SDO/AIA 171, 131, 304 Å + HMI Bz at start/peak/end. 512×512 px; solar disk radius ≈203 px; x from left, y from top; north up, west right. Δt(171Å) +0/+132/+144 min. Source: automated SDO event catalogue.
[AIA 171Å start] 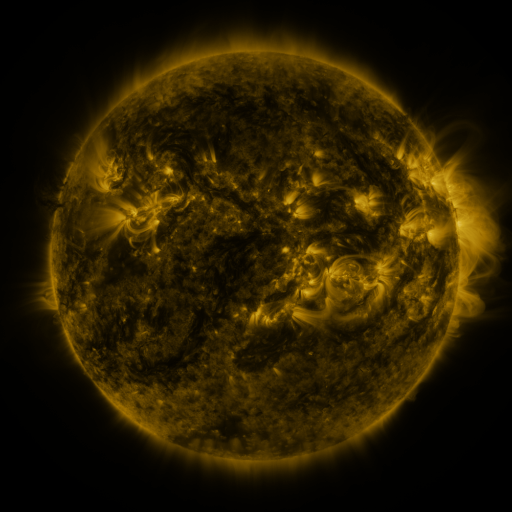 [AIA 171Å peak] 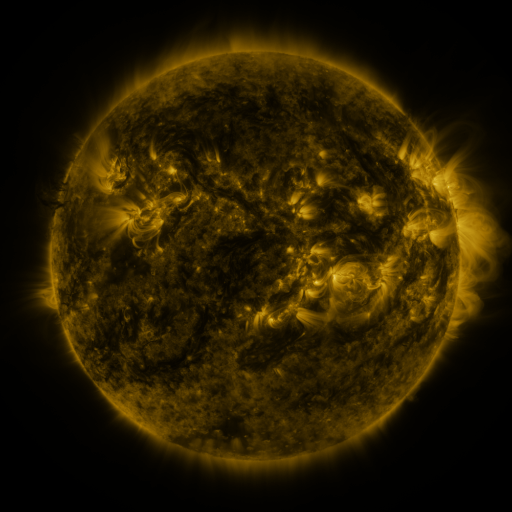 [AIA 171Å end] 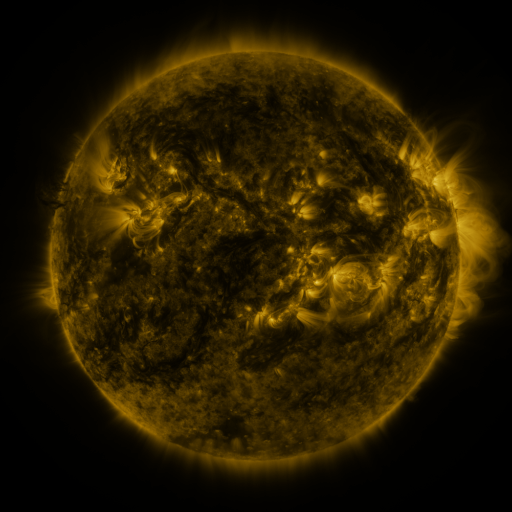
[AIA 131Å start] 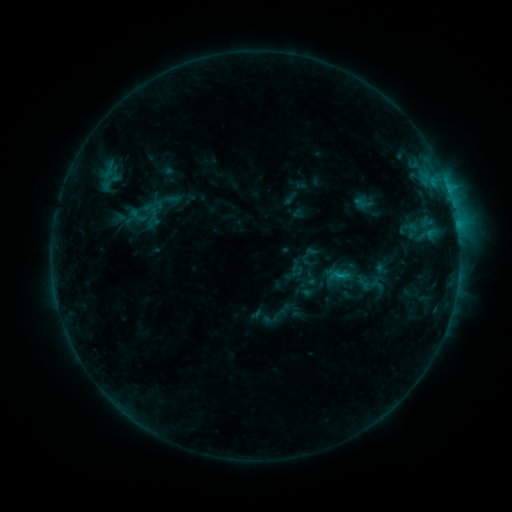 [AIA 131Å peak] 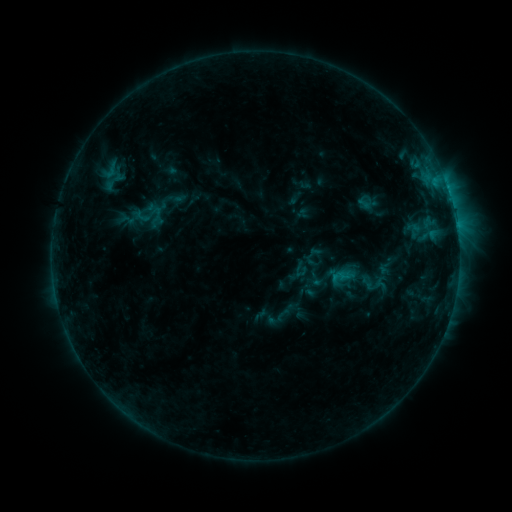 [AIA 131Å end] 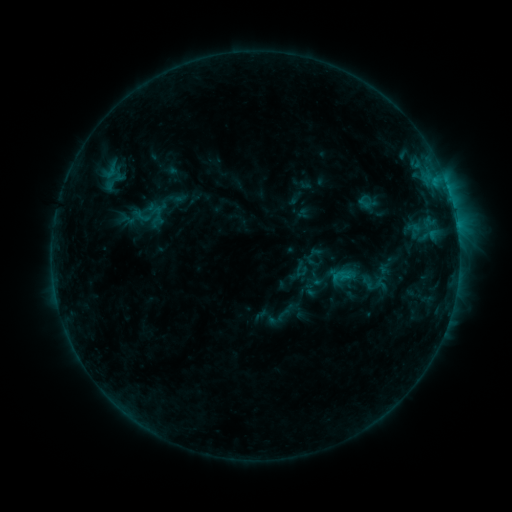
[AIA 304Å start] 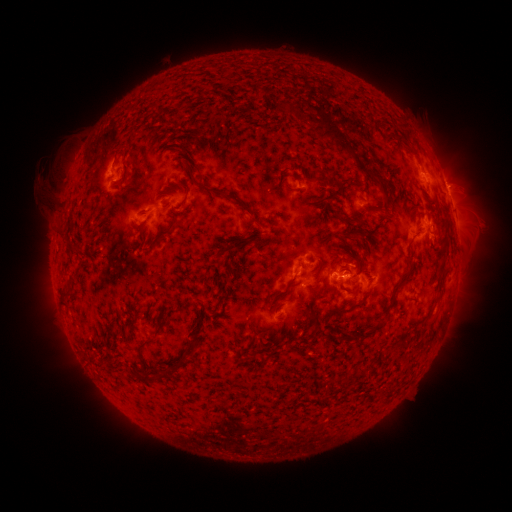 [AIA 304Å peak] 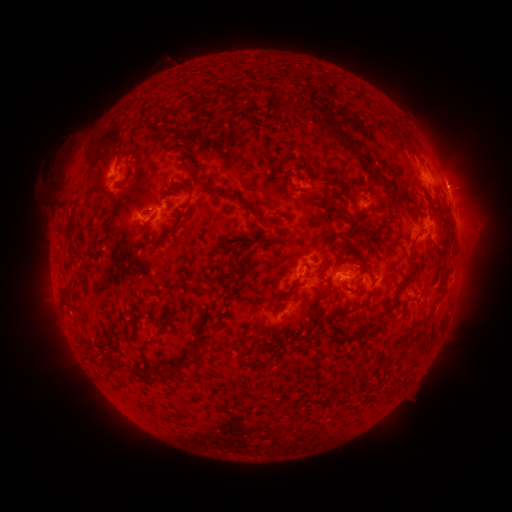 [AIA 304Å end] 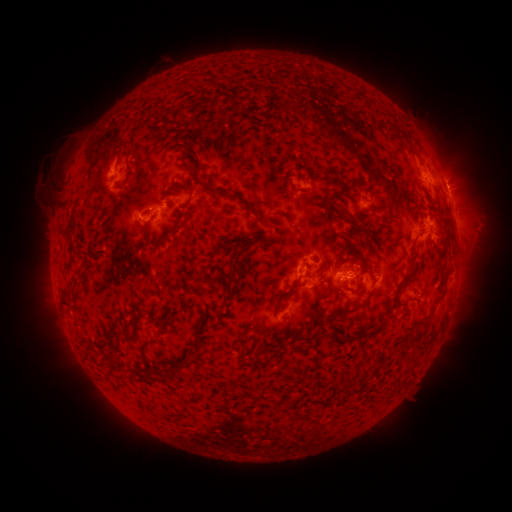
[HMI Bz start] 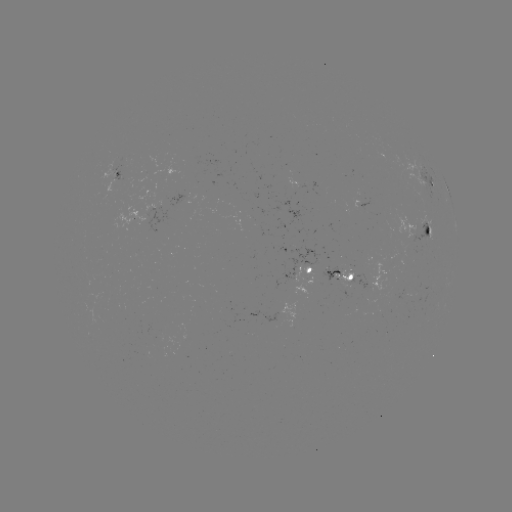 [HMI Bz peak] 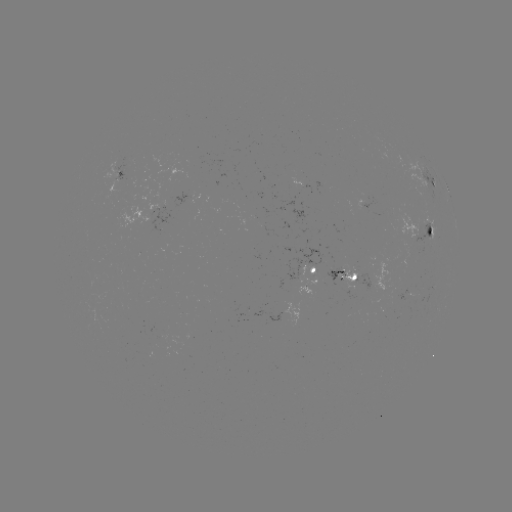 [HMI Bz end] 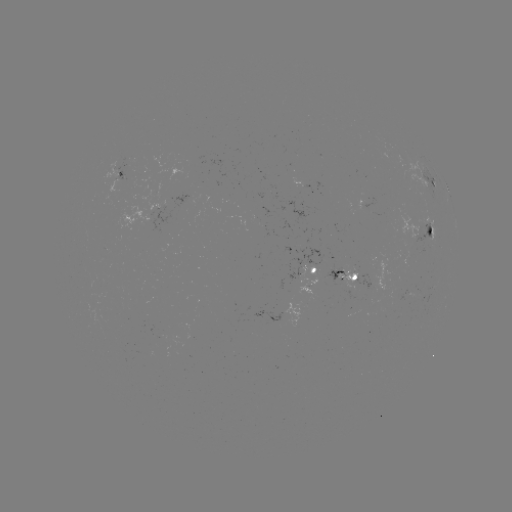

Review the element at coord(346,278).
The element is emerging-flux region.